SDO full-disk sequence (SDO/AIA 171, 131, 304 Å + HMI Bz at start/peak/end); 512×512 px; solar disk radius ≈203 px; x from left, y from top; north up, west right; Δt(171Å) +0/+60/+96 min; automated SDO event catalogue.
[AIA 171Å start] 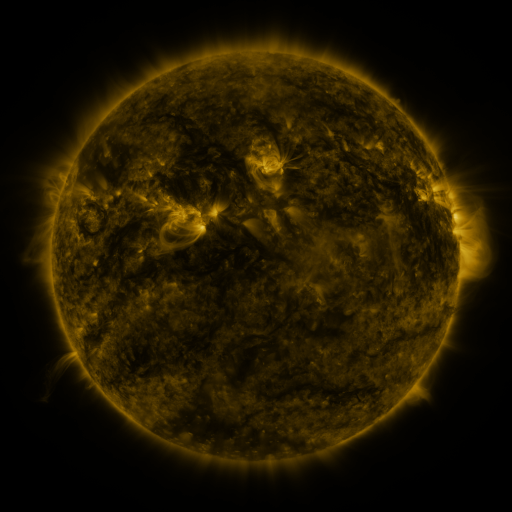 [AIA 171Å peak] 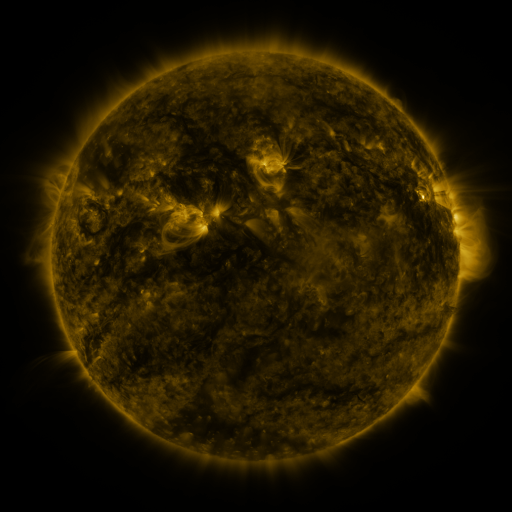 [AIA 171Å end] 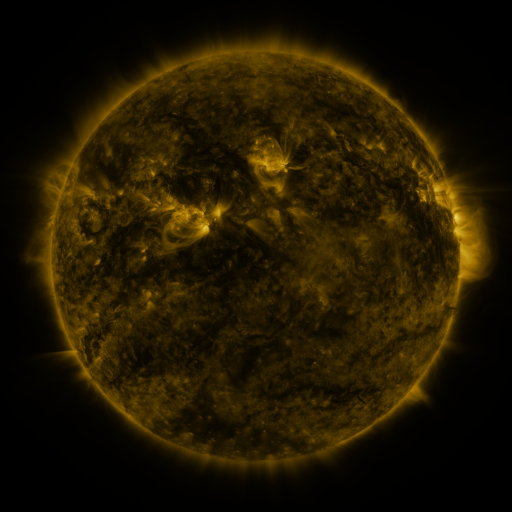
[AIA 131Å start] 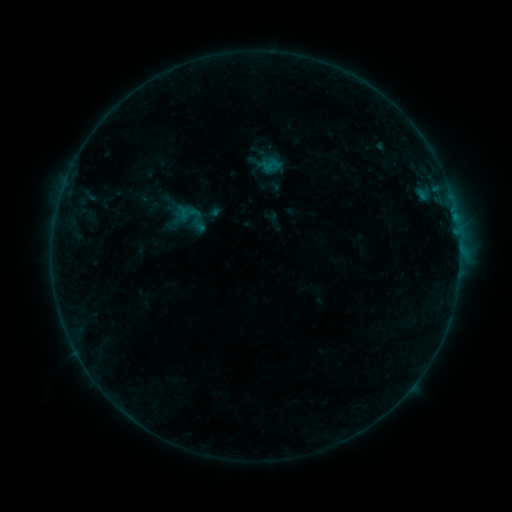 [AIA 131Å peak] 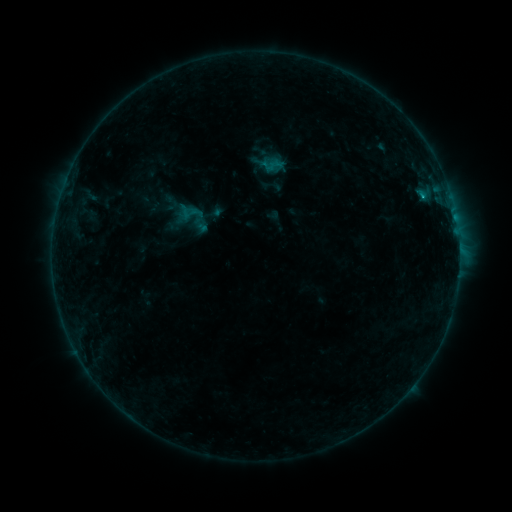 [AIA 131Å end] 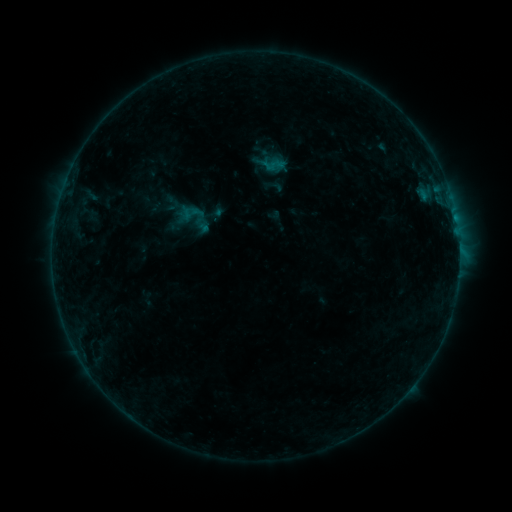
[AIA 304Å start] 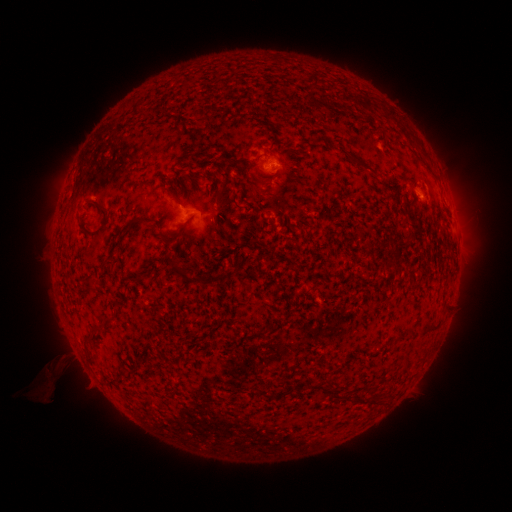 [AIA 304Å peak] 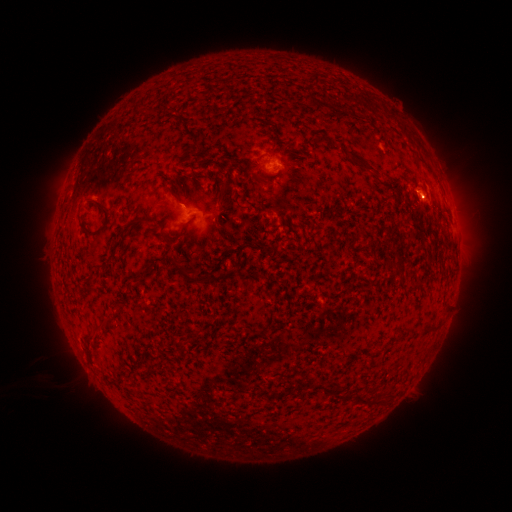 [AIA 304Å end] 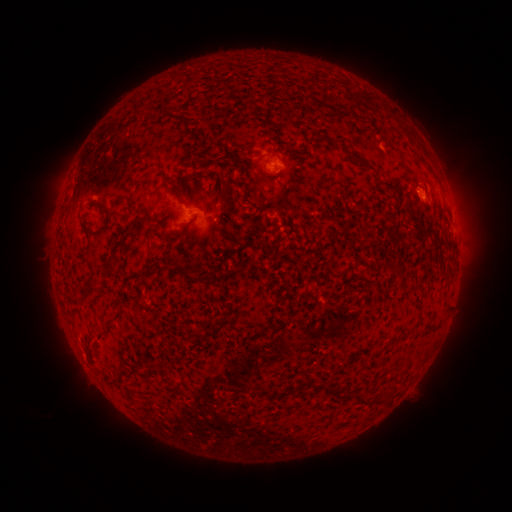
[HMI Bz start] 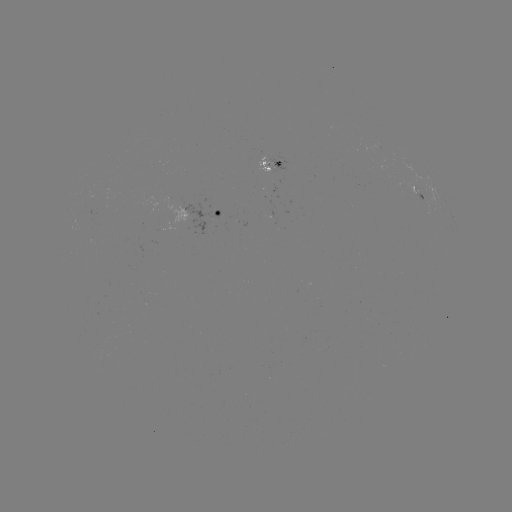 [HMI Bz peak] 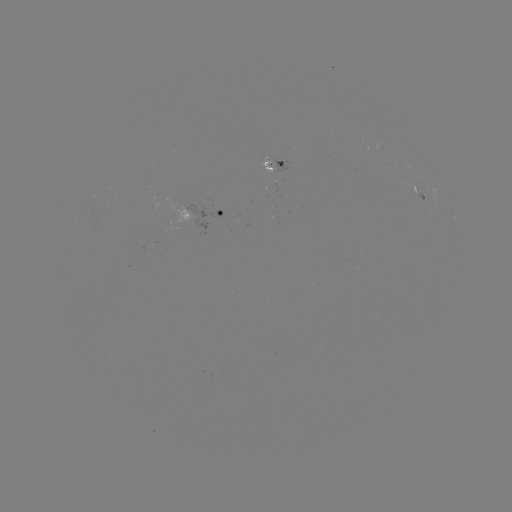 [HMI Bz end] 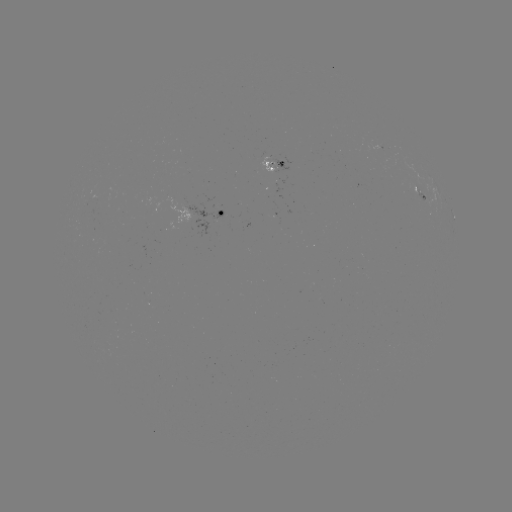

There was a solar emerging-flux region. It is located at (142, 250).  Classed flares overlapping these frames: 1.